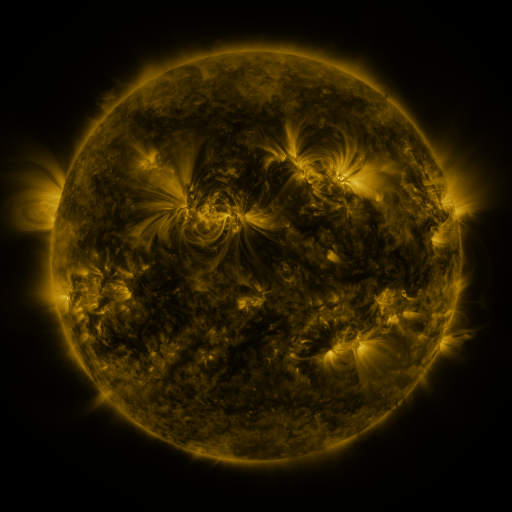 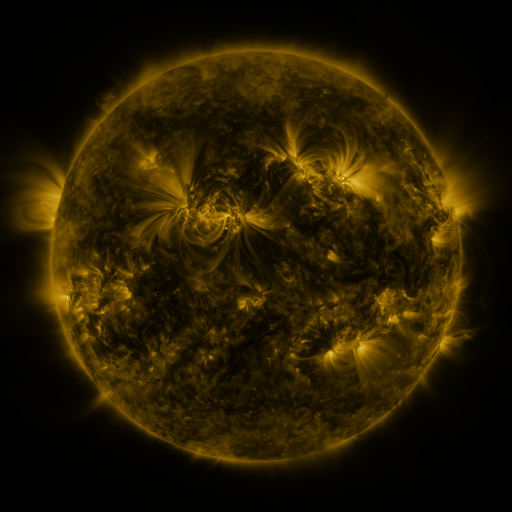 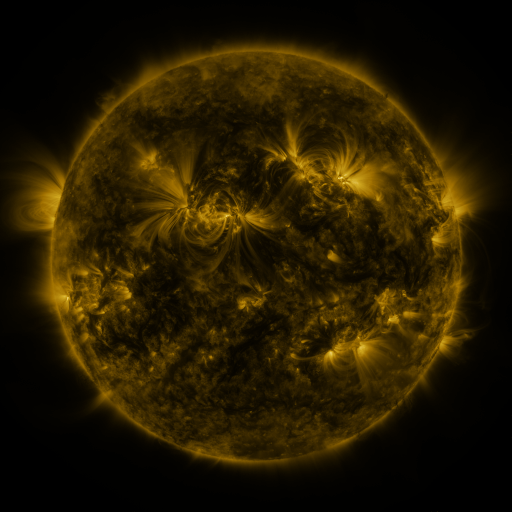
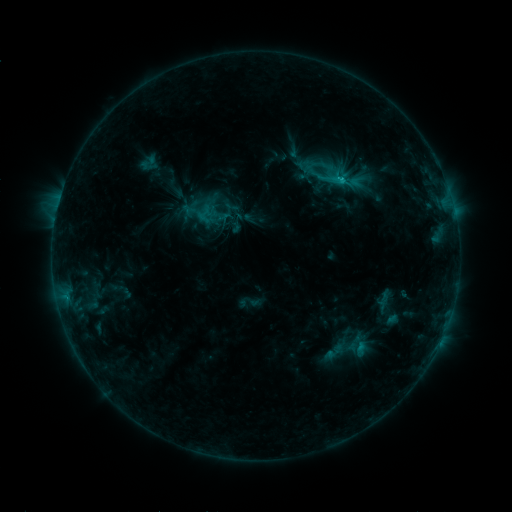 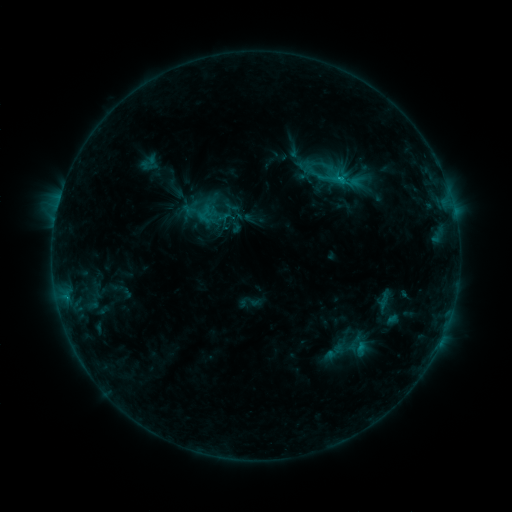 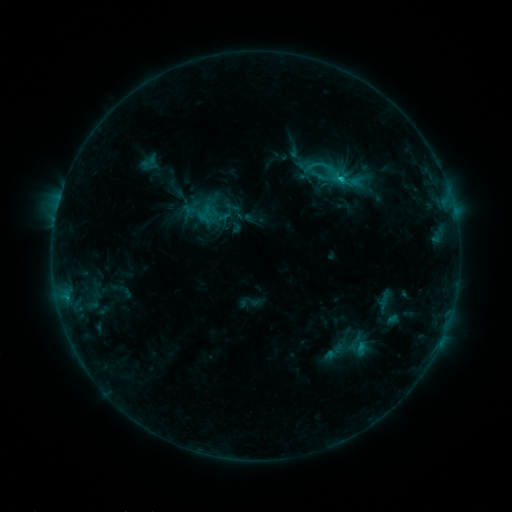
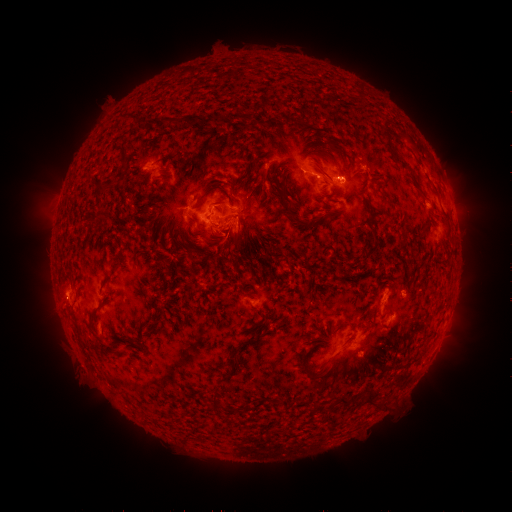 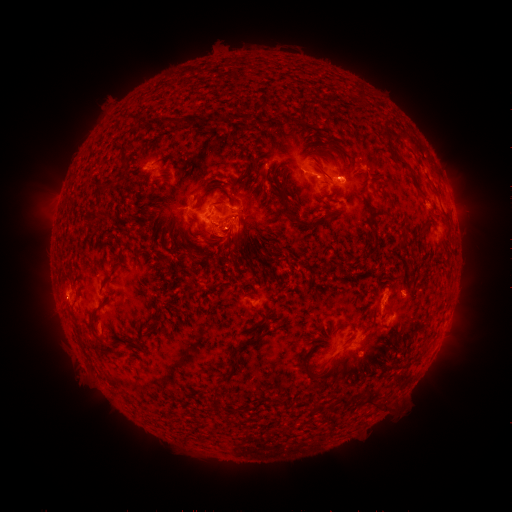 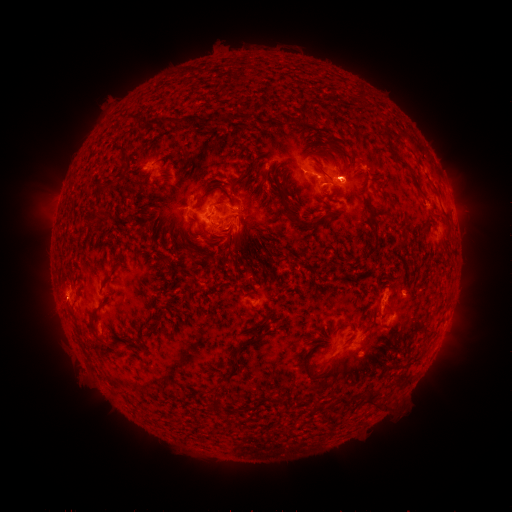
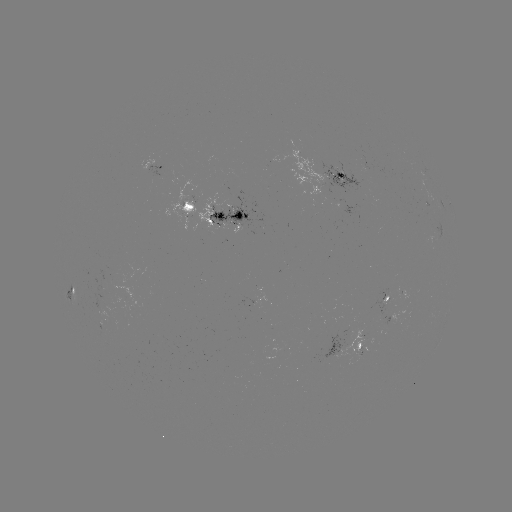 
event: flare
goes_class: C2.0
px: (337, 179)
